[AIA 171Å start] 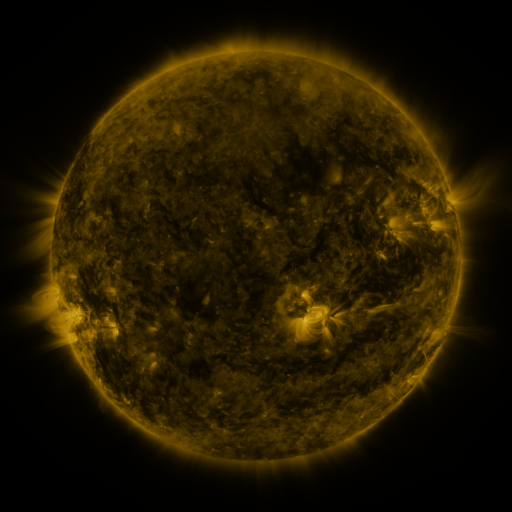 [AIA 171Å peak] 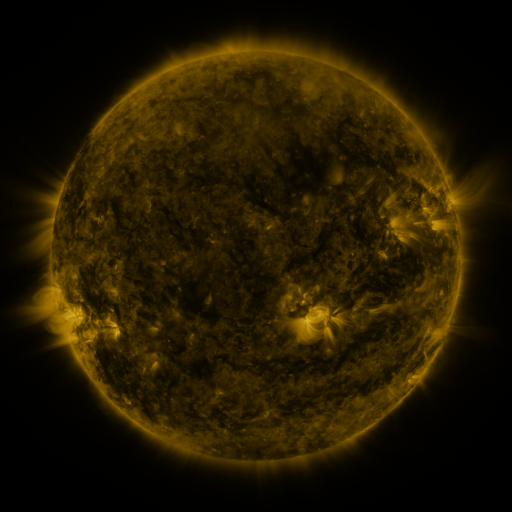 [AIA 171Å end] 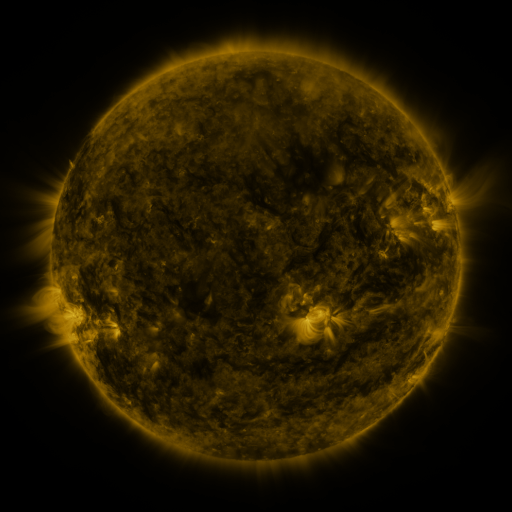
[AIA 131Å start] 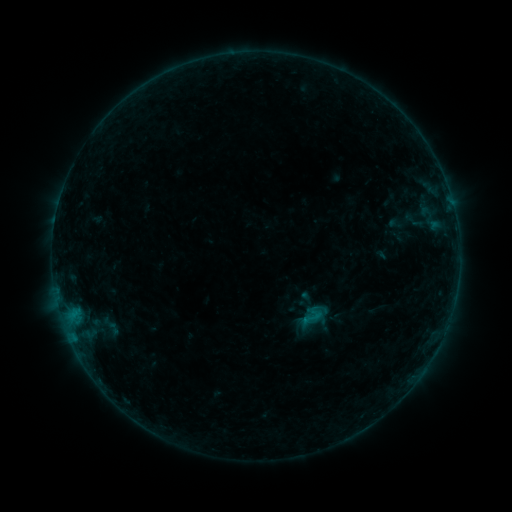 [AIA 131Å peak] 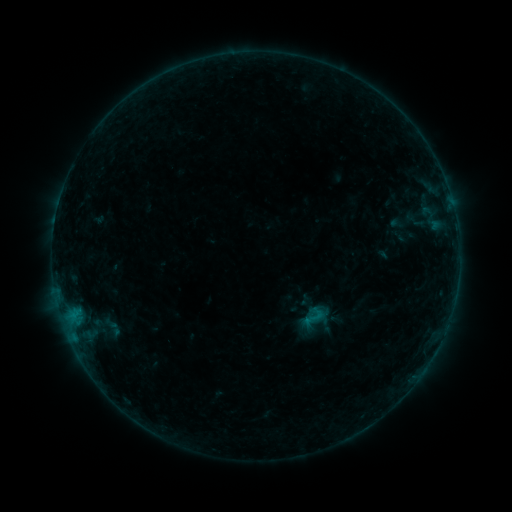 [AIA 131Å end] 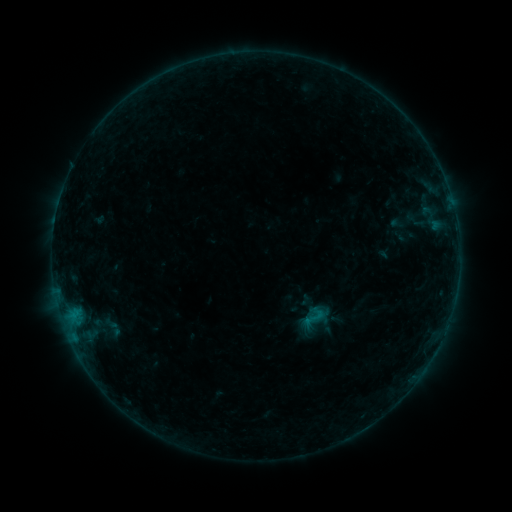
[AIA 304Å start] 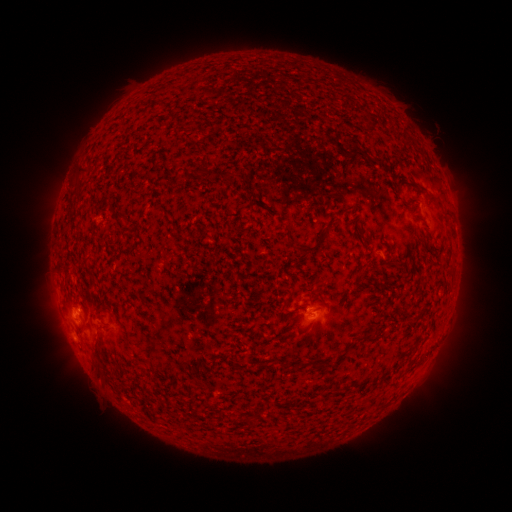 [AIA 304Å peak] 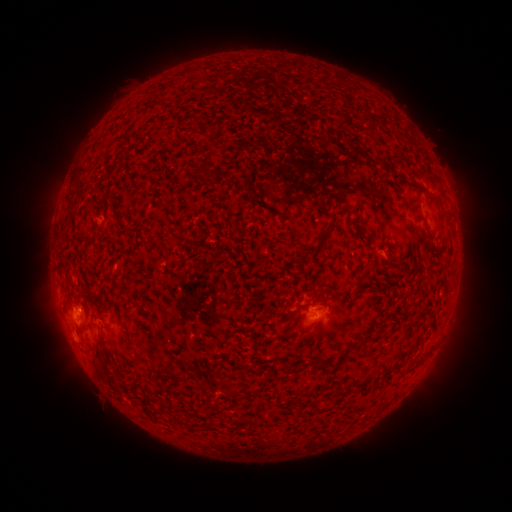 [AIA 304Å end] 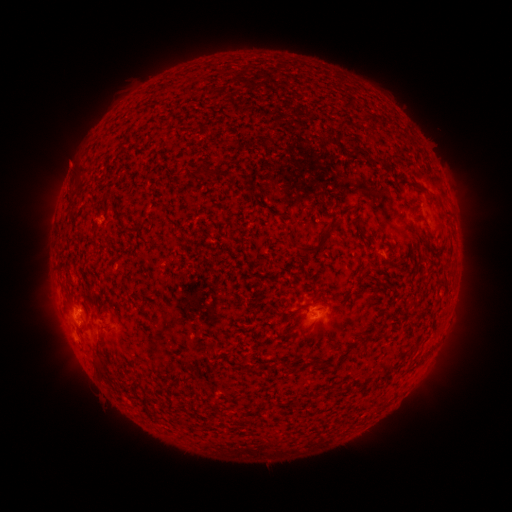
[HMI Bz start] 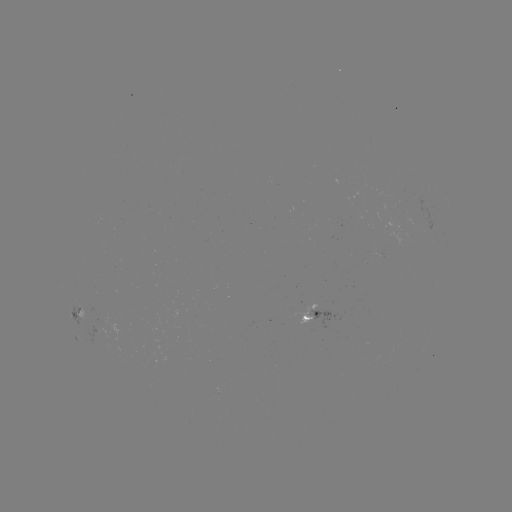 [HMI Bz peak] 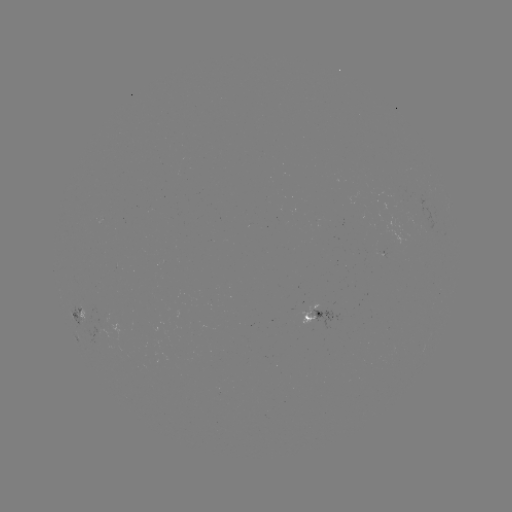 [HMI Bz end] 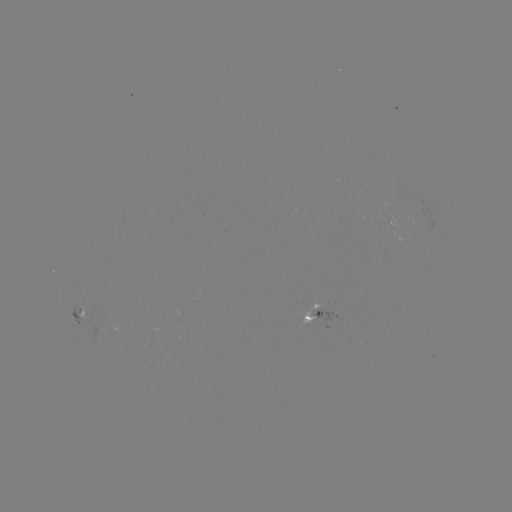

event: emerging-flux region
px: (107, 325)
